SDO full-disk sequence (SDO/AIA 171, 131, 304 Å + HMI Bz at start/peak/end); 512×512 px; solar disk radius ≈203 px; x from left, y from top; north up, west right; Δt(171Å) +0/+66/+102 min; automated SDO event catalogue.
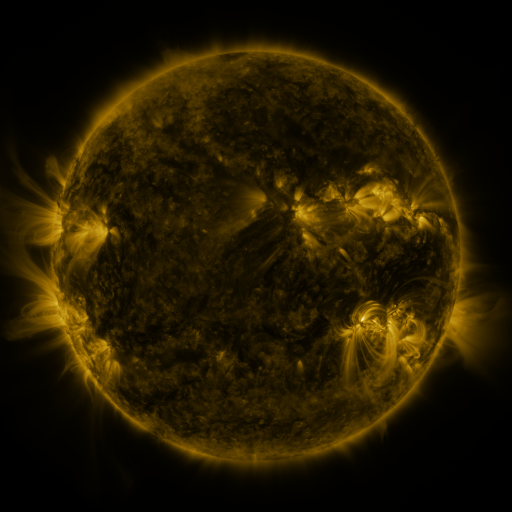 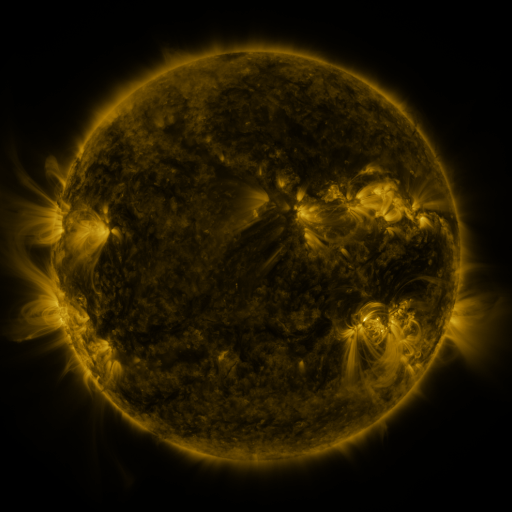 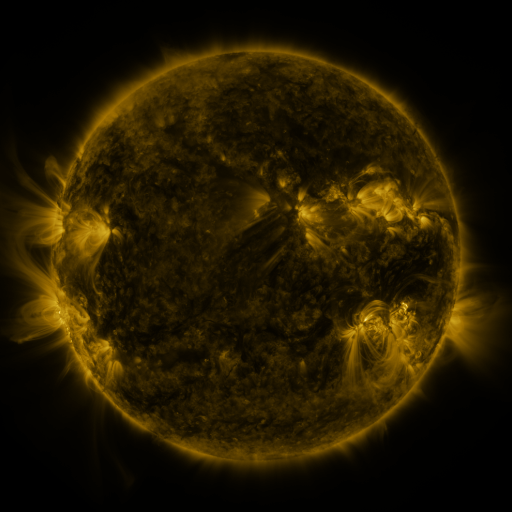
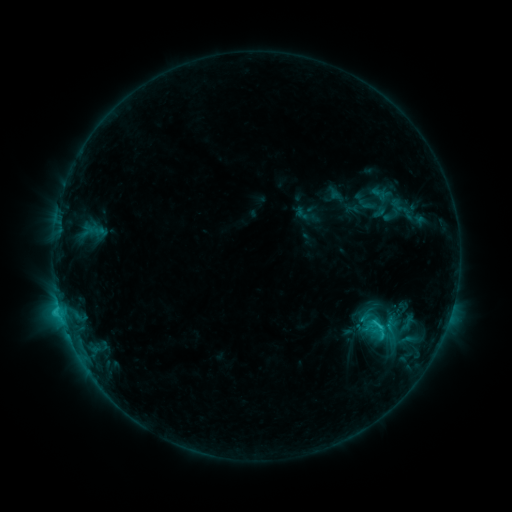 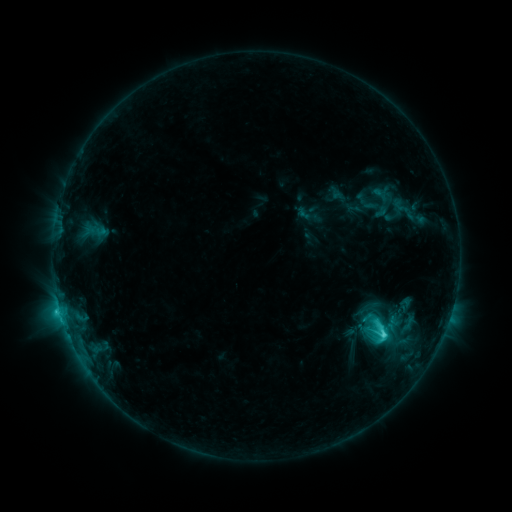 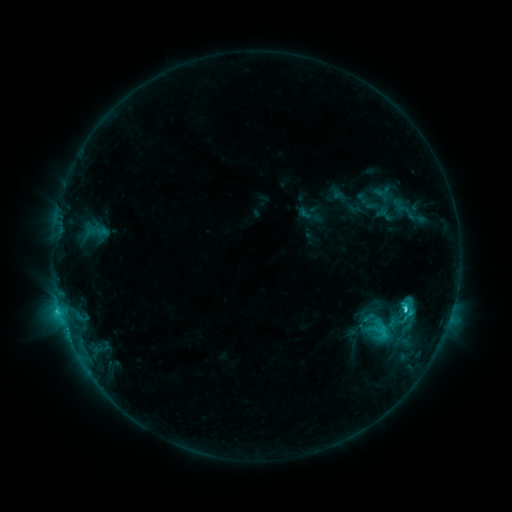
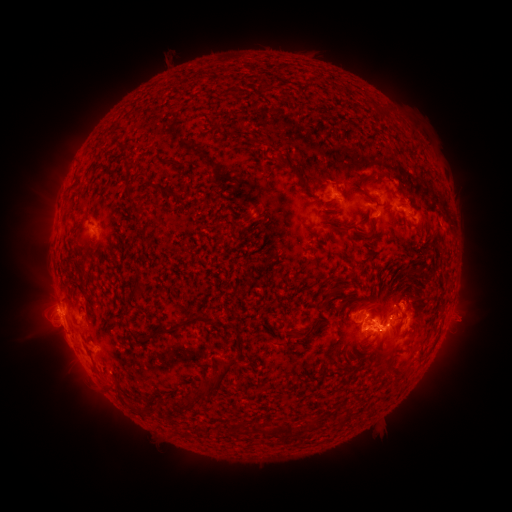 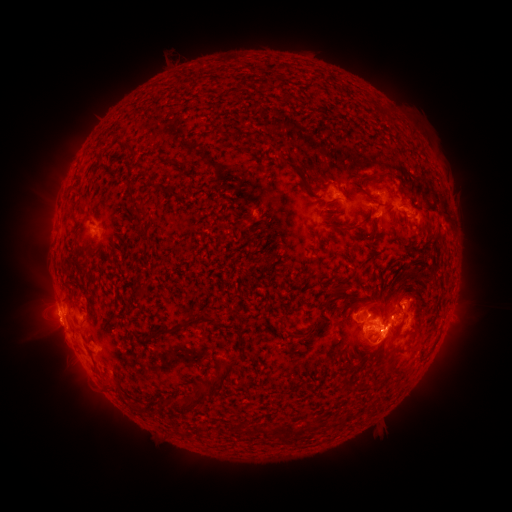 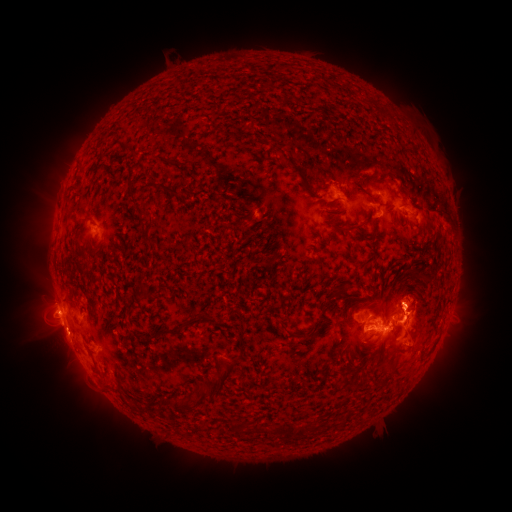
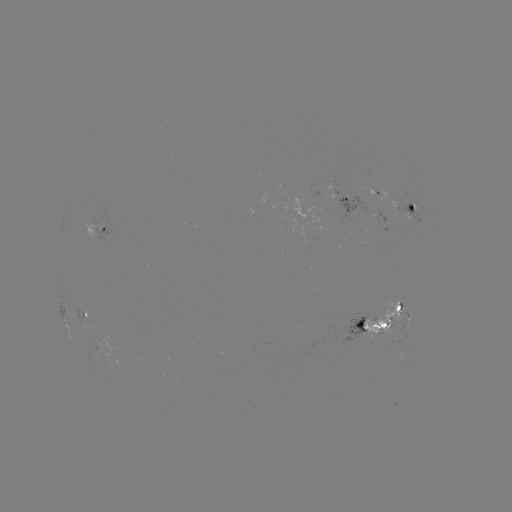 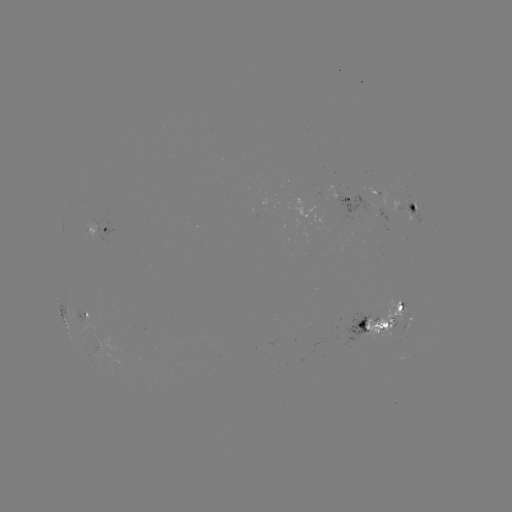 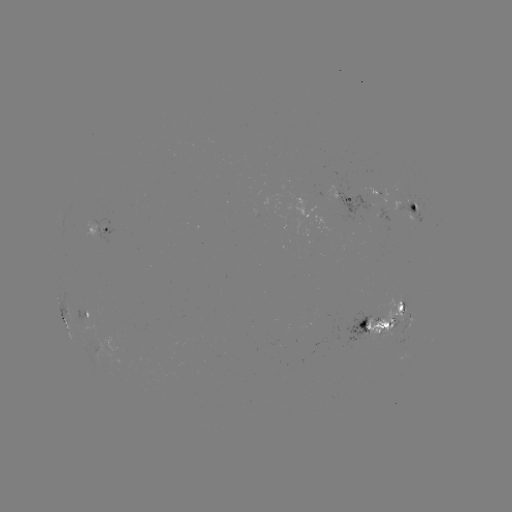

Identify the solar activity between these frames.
emerging-flux region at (404, 210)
